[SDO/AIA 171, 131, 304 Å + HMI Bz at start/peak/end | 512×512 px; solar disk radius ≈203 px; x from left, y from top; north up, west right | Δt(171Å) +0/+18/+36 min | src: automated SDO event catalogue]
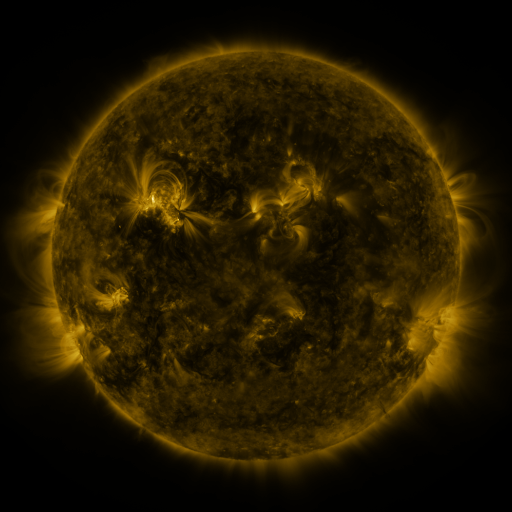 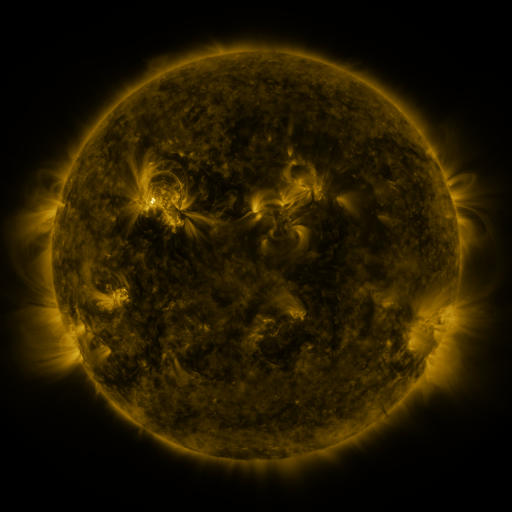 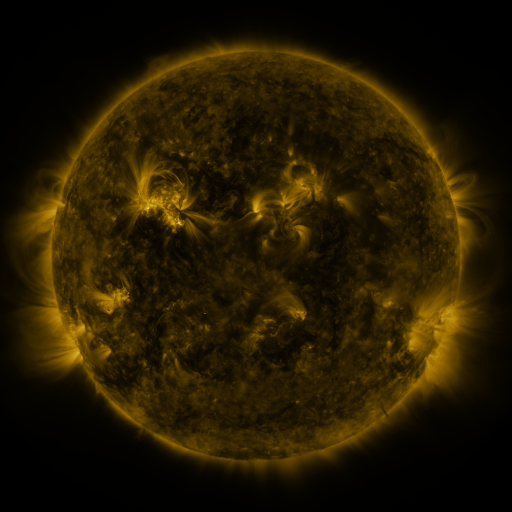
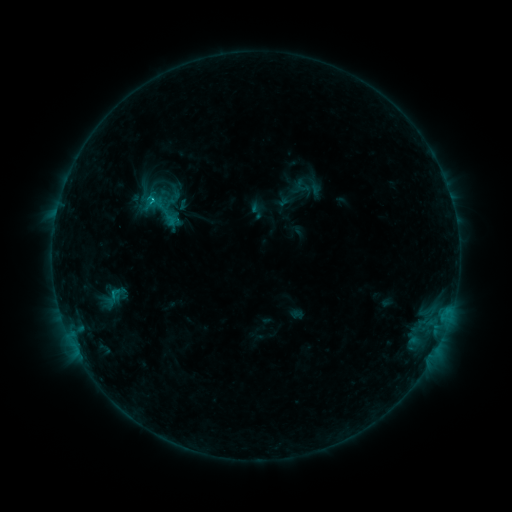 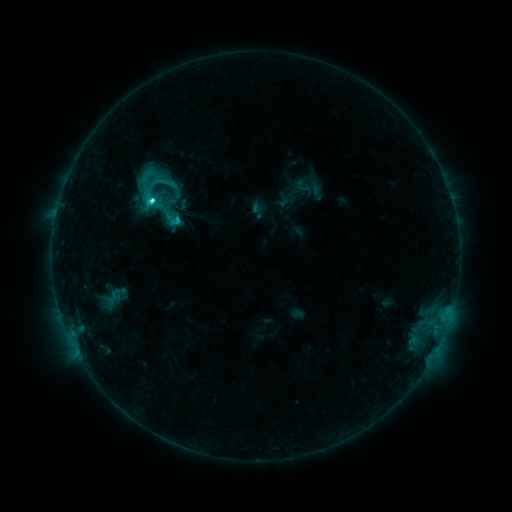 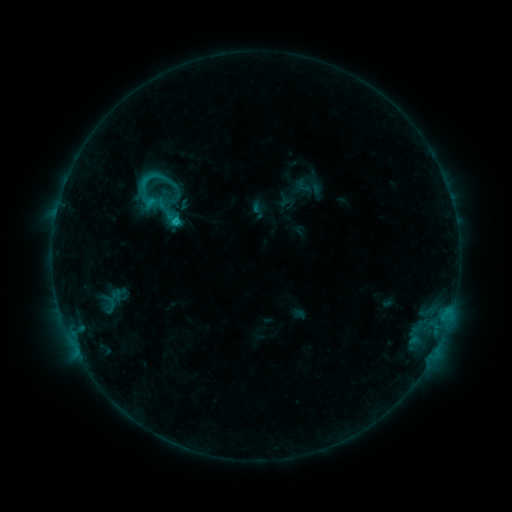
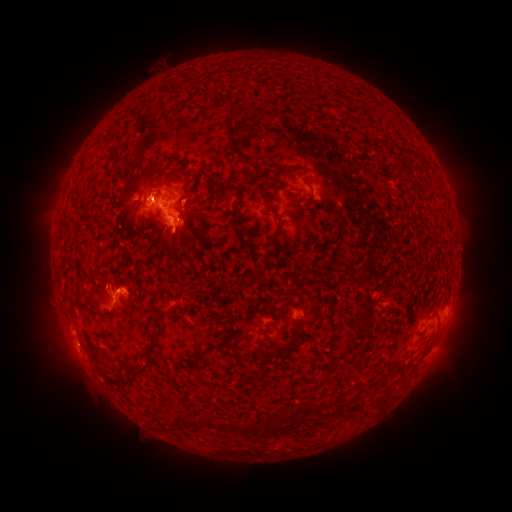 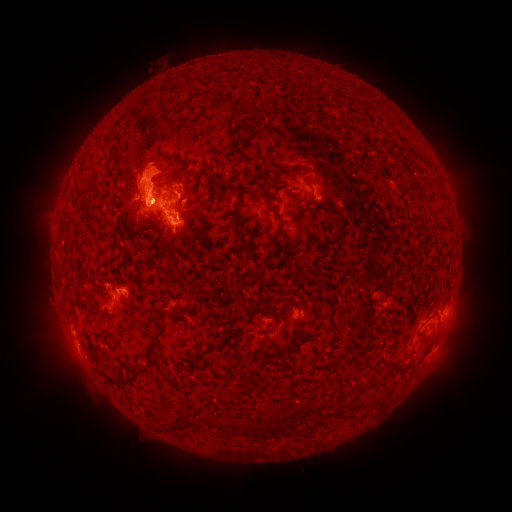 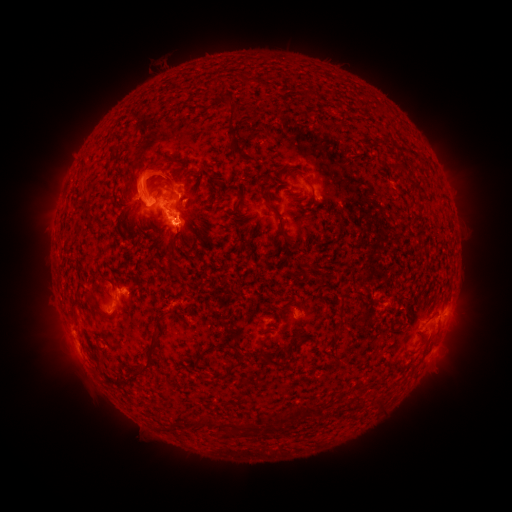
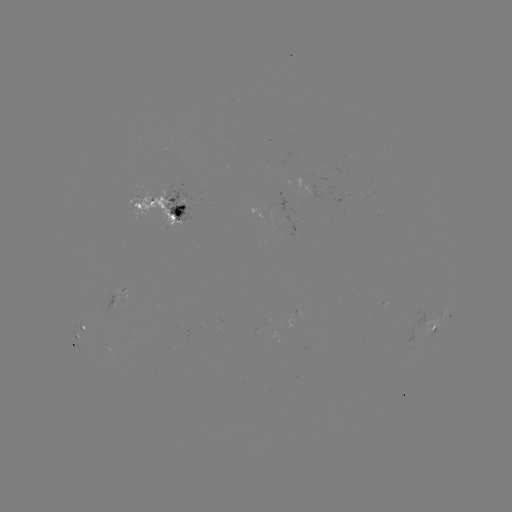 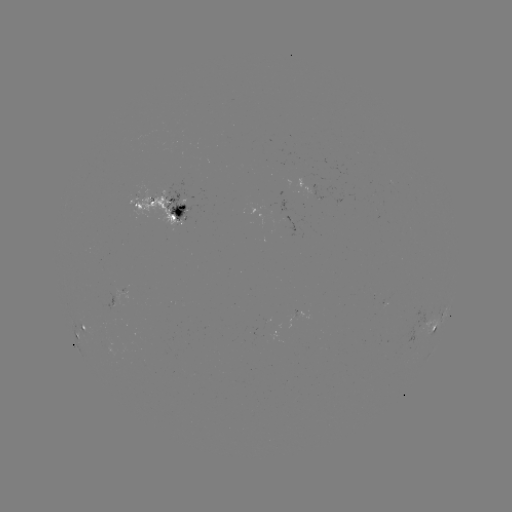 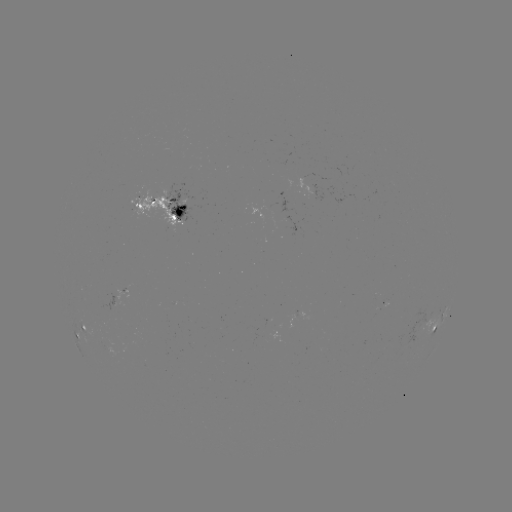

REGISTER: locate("eruption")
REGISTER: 142,184